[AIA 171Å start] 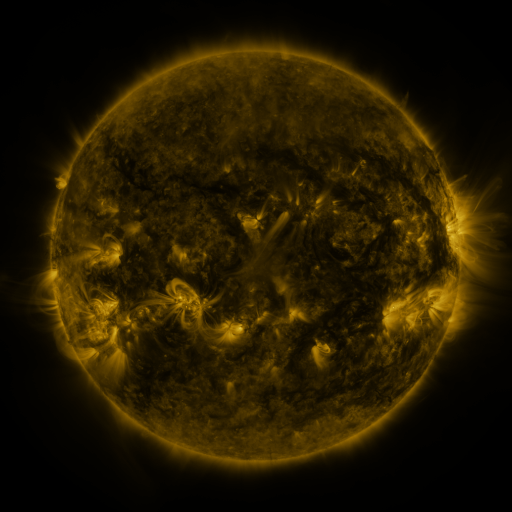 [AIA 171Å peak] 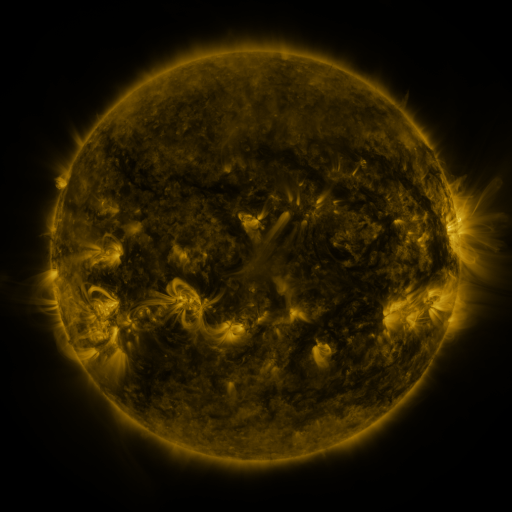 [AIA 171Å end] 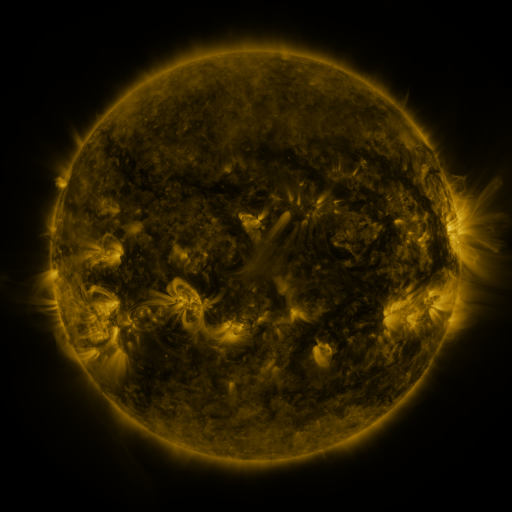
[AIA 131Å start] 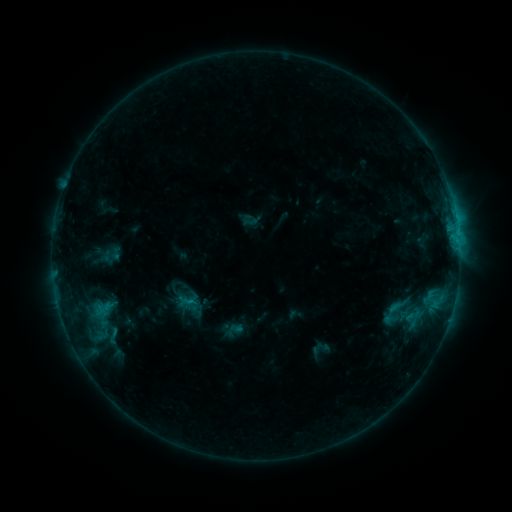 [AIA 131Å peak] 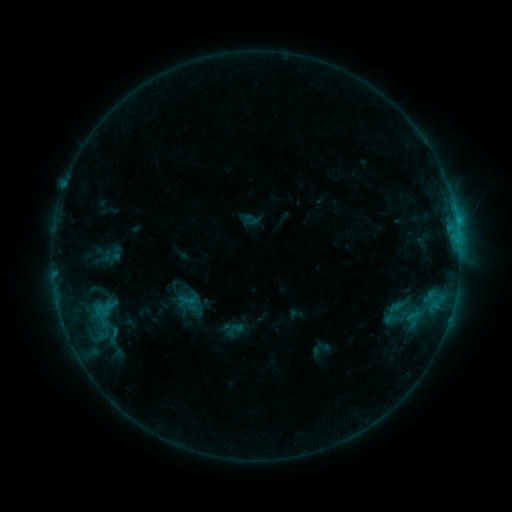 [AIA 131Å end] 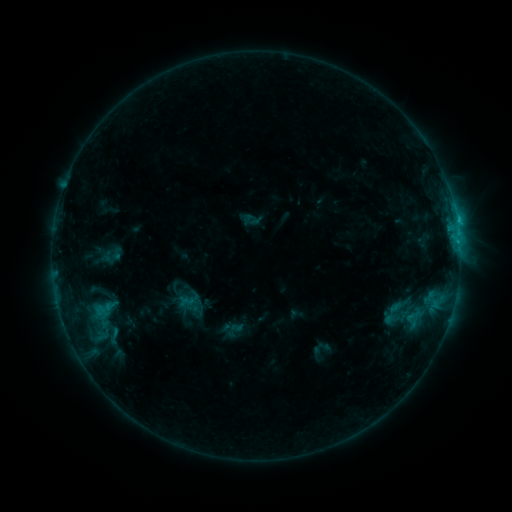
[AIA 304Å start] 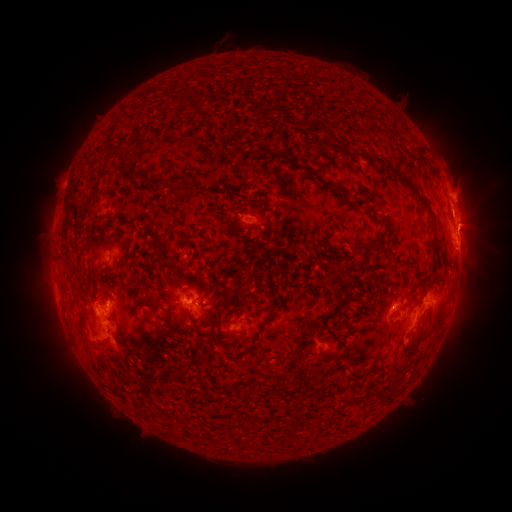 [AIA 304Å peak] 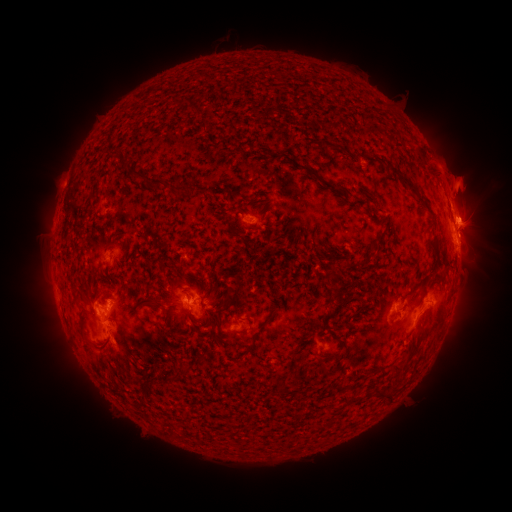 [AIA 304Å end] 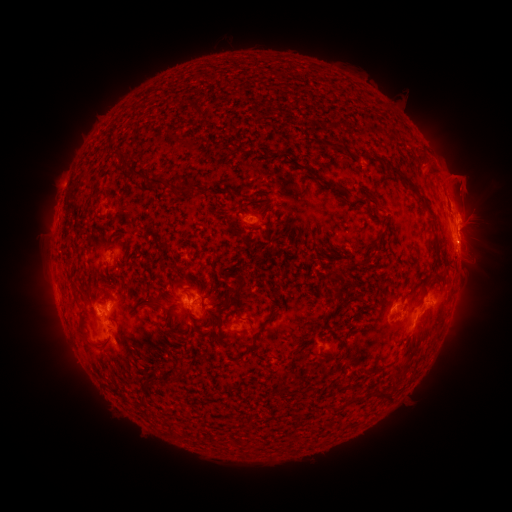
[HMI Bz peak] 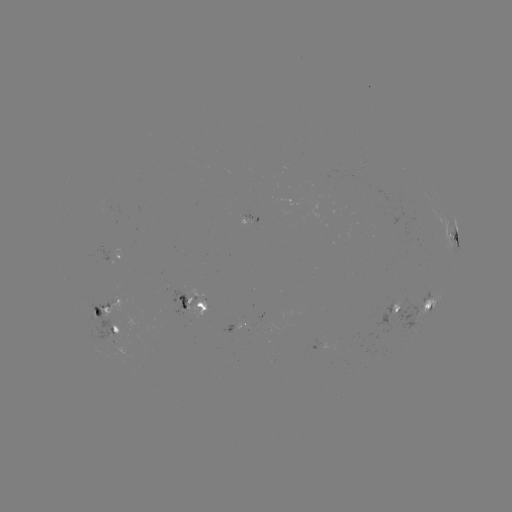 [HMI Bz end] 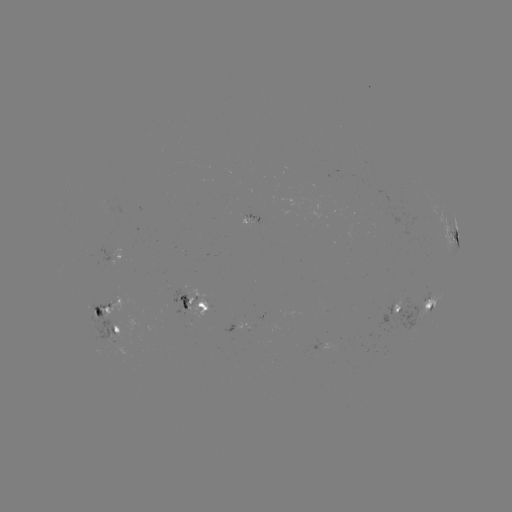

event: eruption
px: (463, 188)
